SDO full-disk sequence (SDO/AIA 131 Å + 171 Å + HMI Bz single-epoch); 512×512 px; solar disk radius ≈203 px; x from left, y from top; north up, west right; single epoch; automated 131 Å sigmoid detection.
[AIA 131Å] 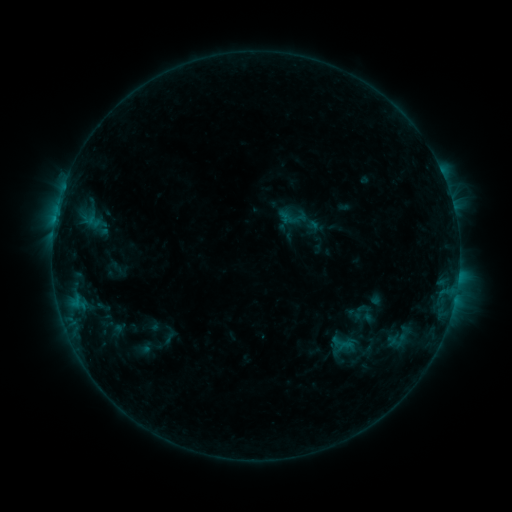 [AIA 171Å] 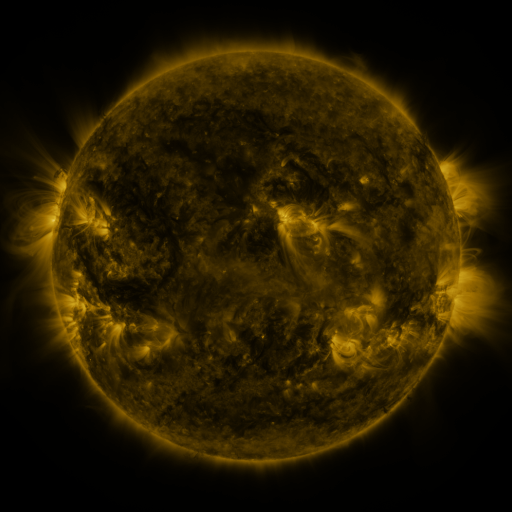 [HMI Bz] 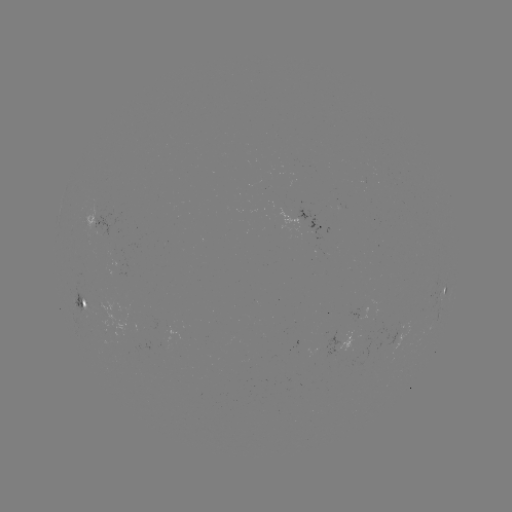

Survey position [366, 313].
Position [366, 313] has sigmoid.